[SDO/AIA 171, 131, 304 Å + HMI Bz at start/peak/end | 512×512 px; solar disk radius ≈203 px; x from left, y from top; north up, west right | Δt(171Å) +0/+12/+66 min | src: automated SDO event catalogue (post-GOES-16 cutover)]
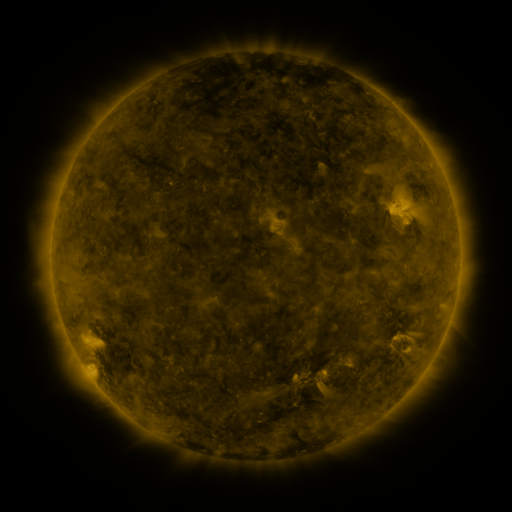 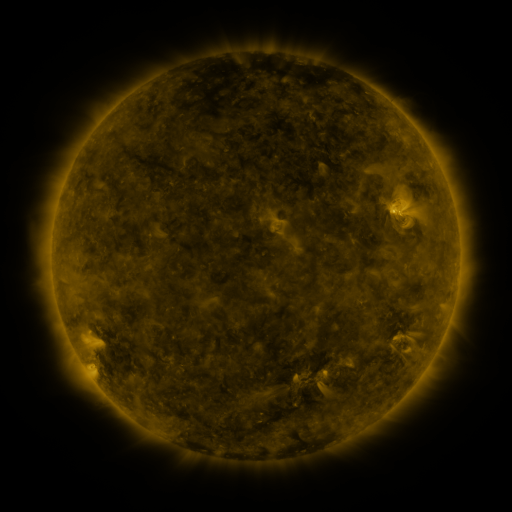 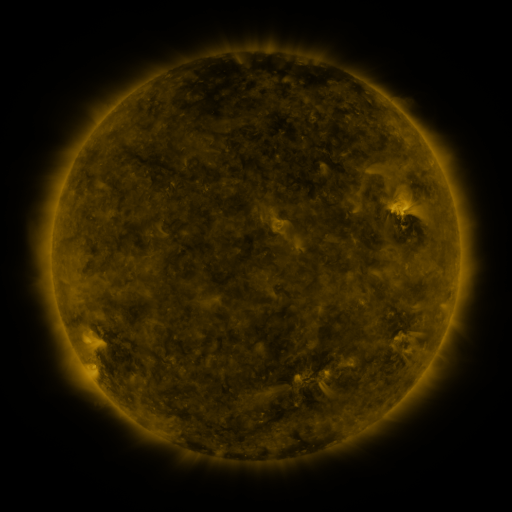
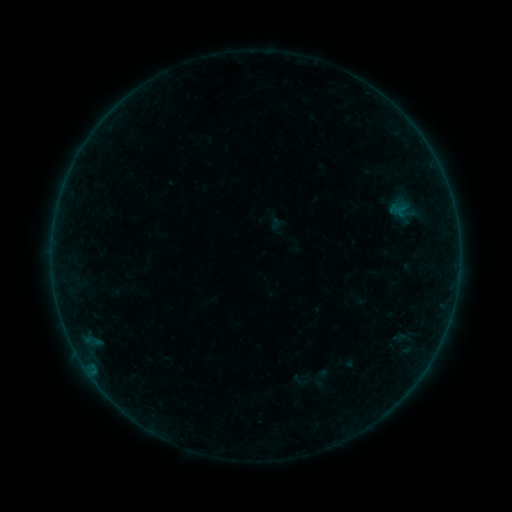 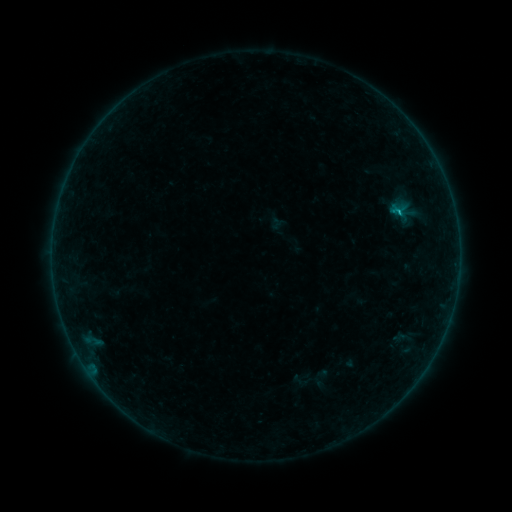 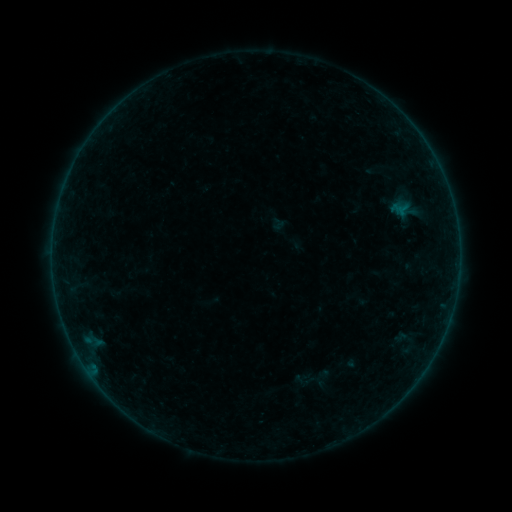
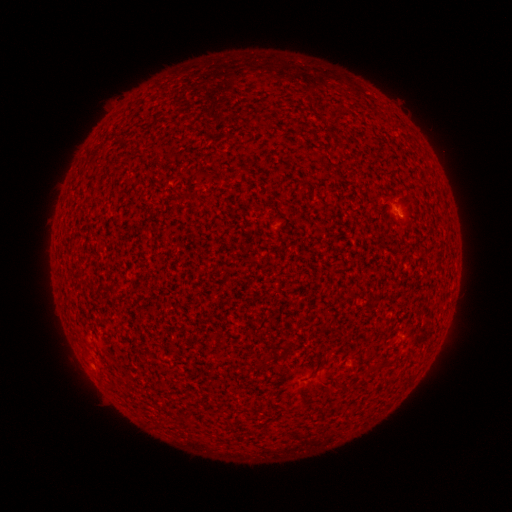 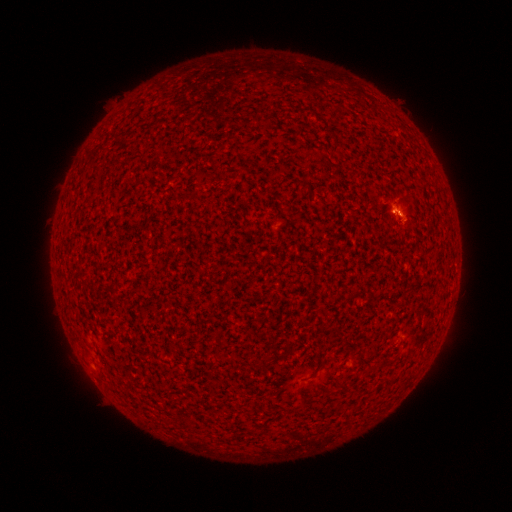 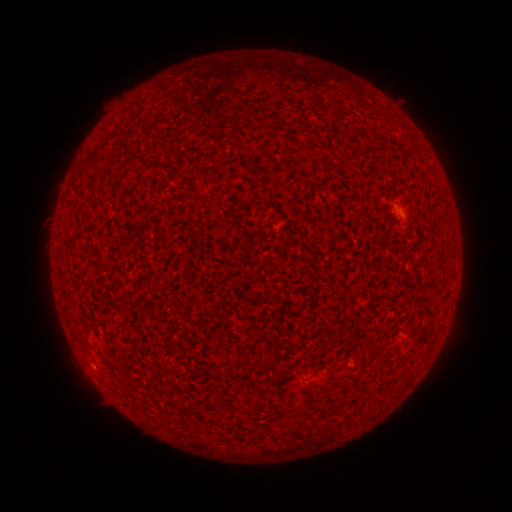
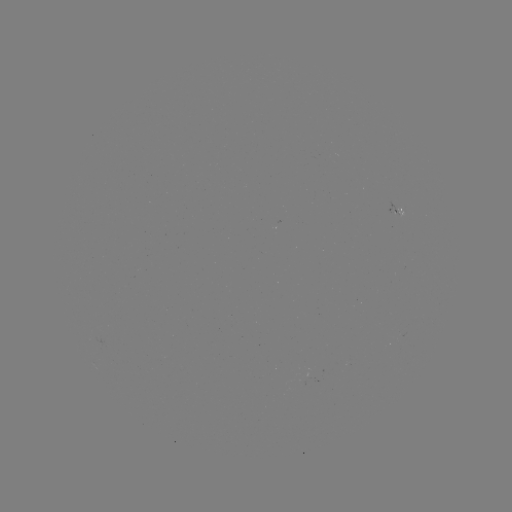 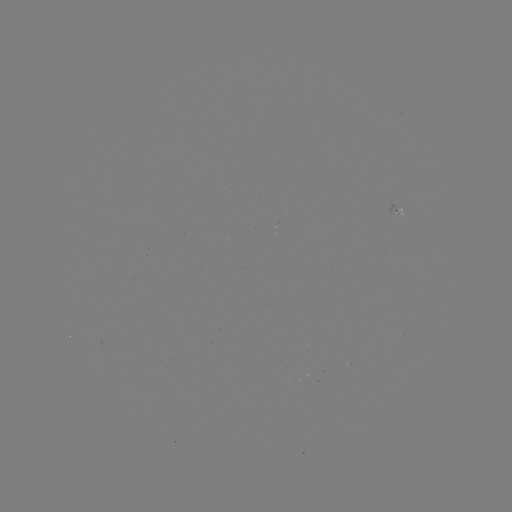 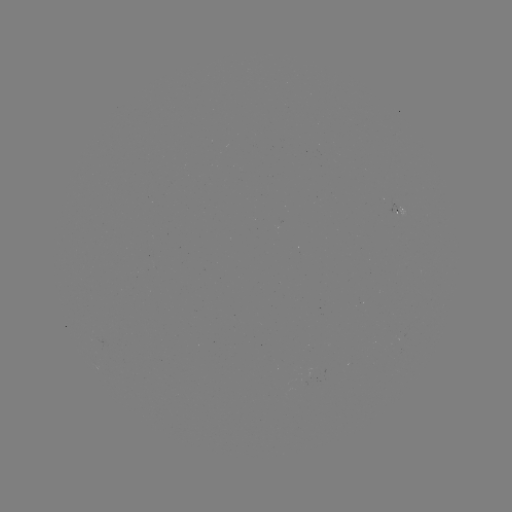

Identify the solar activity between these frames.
B3.9 flare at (398, 212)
